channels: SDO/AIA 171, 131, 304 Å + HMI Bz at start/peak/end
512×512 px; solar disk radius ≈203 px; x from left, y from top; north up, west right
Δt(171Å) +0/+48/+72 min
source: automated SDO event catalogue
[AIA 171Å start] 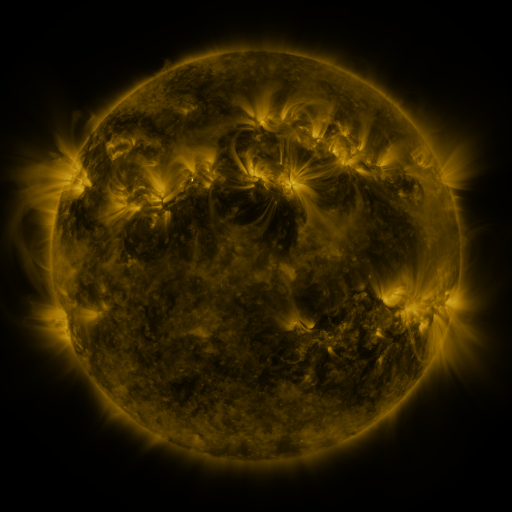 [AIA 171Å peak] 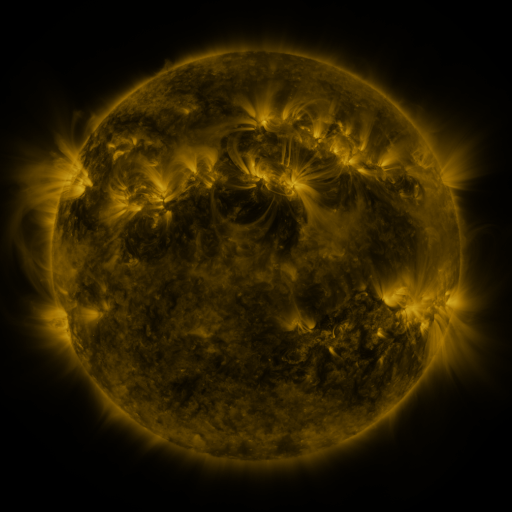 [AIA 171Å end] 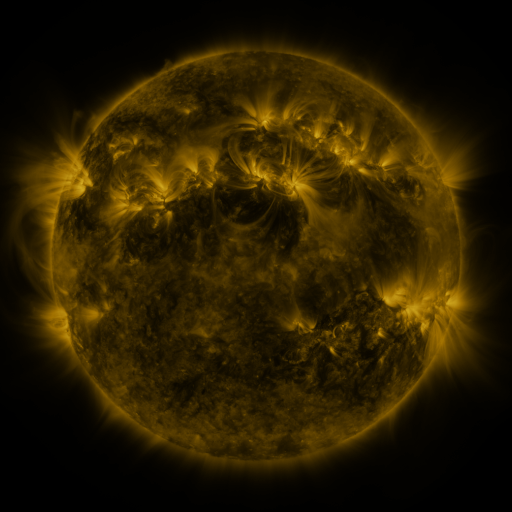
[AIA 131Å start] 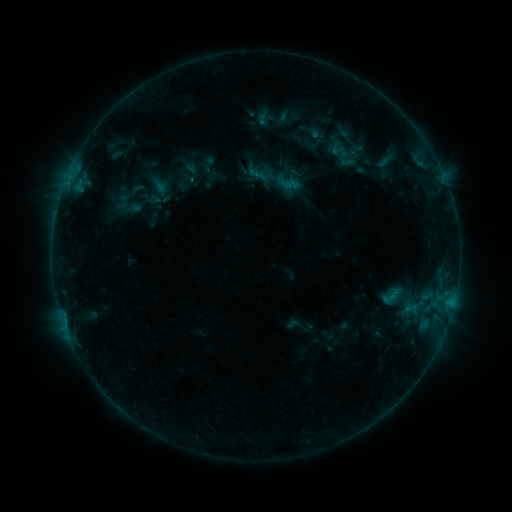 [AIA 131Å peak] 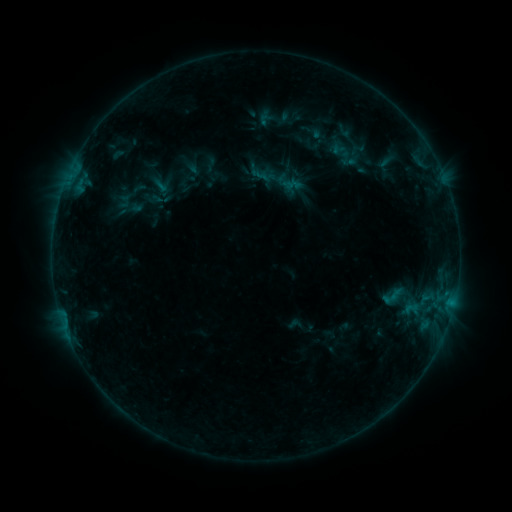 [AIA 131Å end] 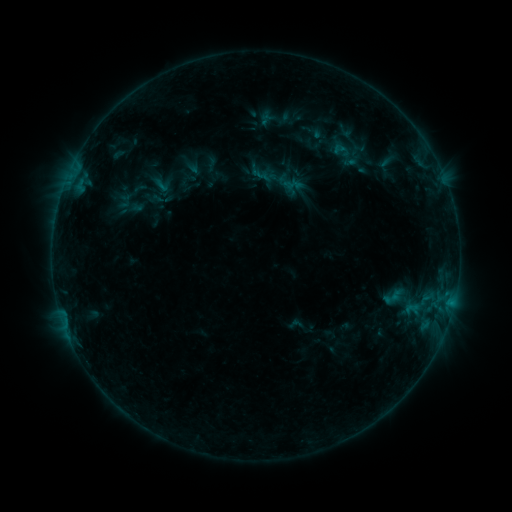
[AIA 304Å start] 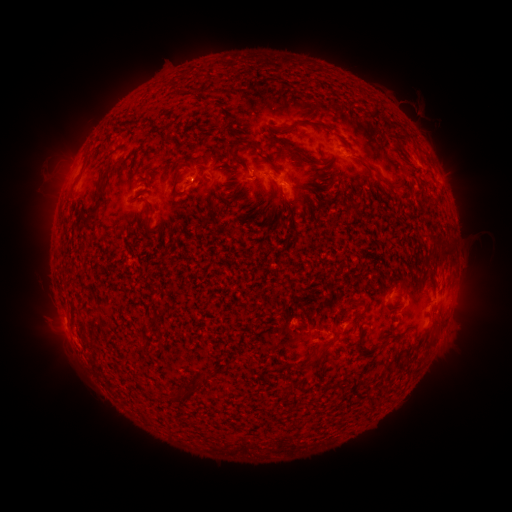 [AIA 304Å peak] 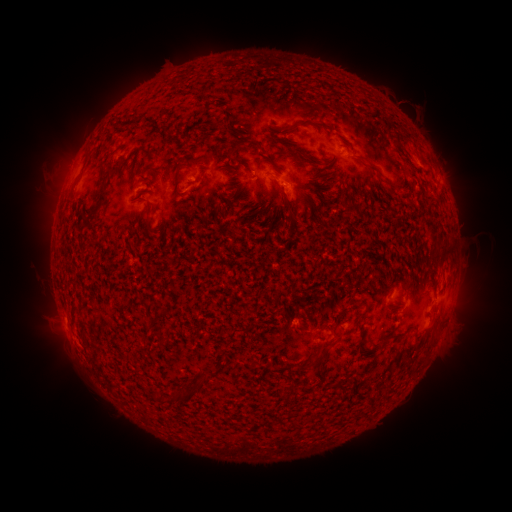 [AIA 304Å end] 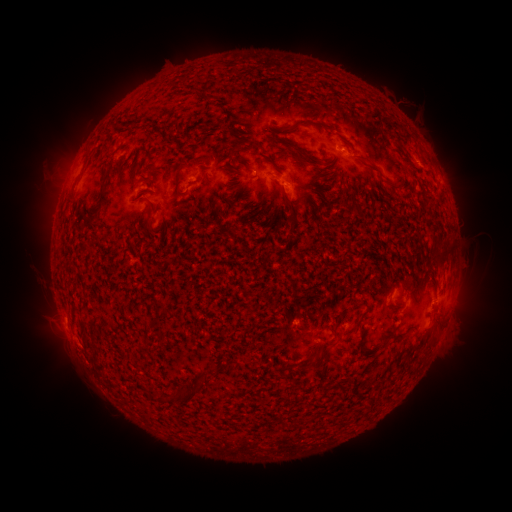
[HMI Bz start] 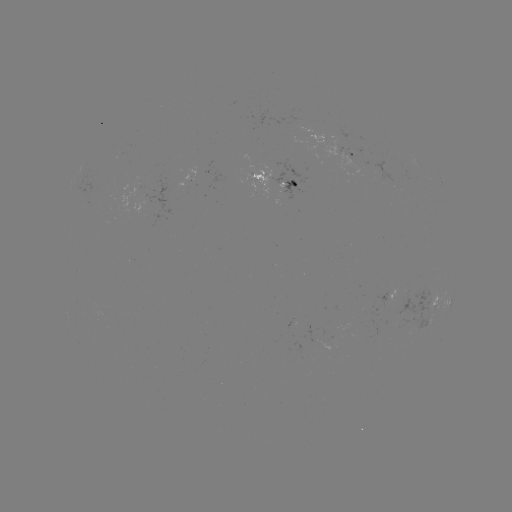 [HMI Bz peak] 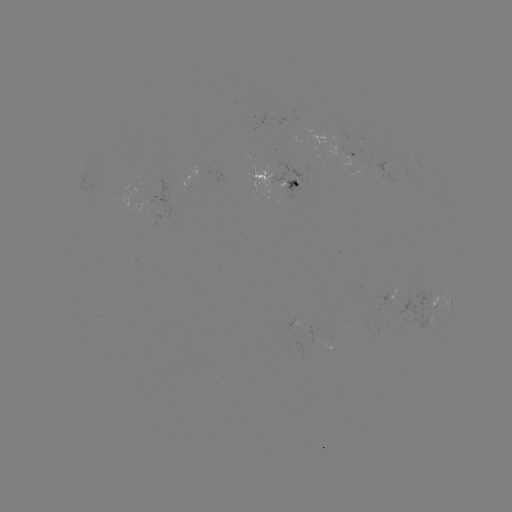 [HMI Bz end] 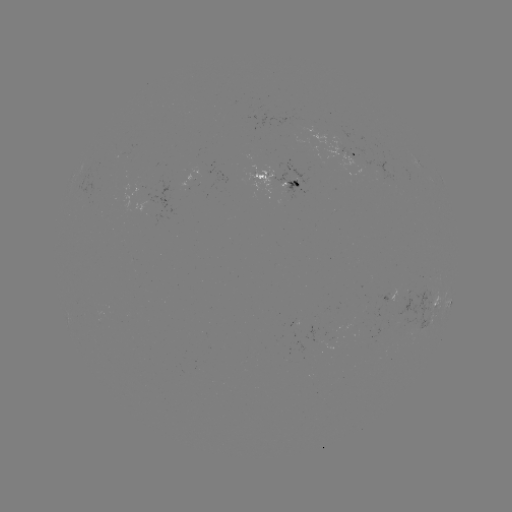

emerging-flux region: [328, 146, 354, 156]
